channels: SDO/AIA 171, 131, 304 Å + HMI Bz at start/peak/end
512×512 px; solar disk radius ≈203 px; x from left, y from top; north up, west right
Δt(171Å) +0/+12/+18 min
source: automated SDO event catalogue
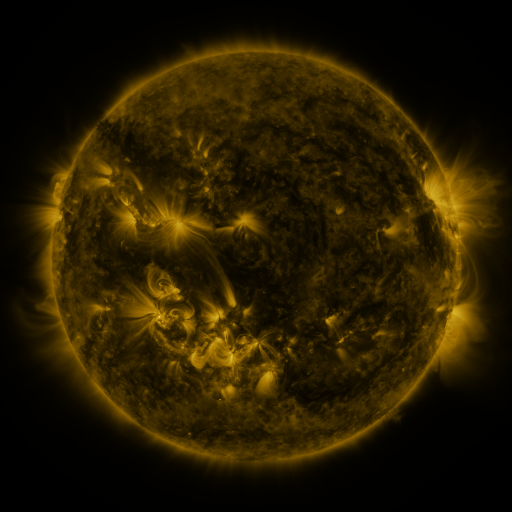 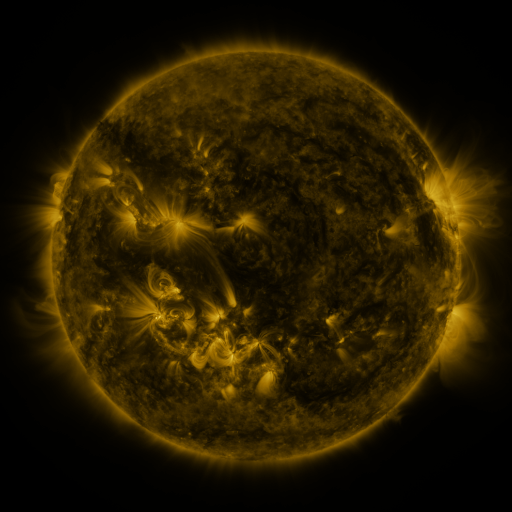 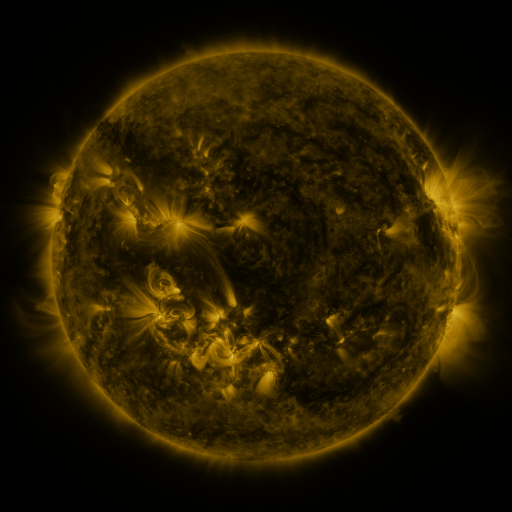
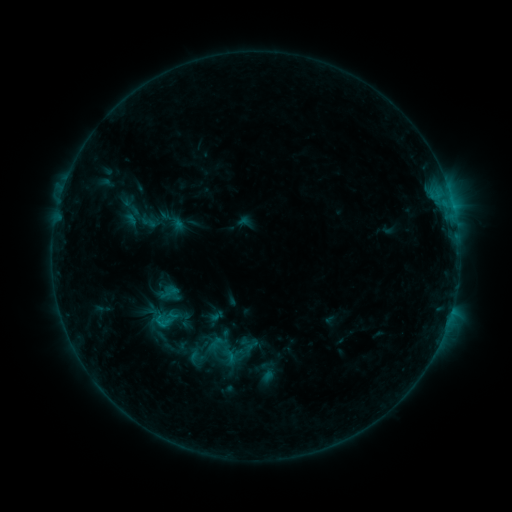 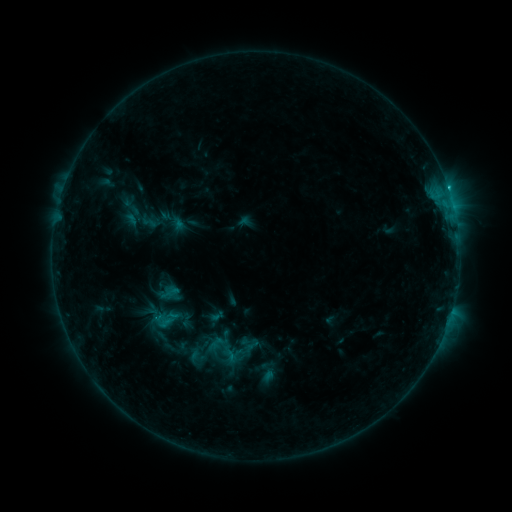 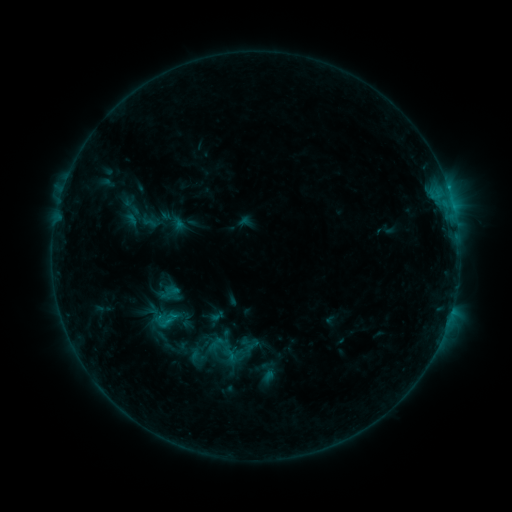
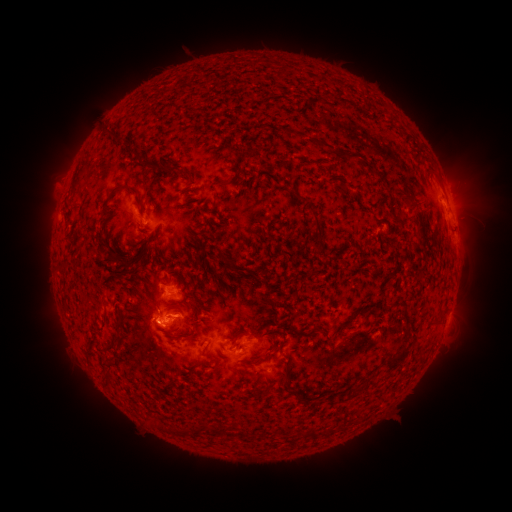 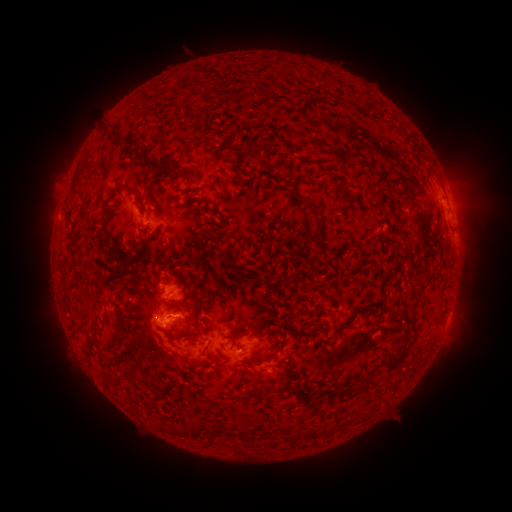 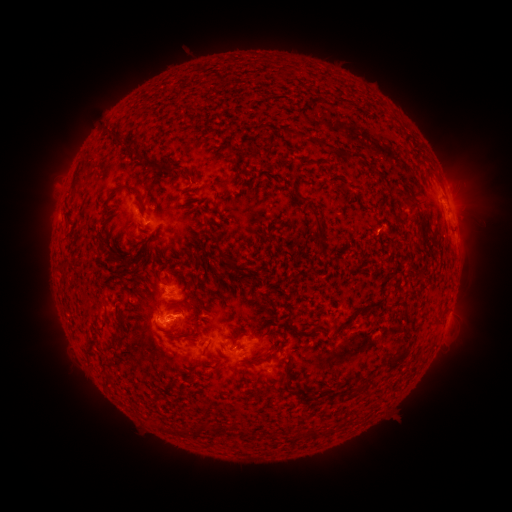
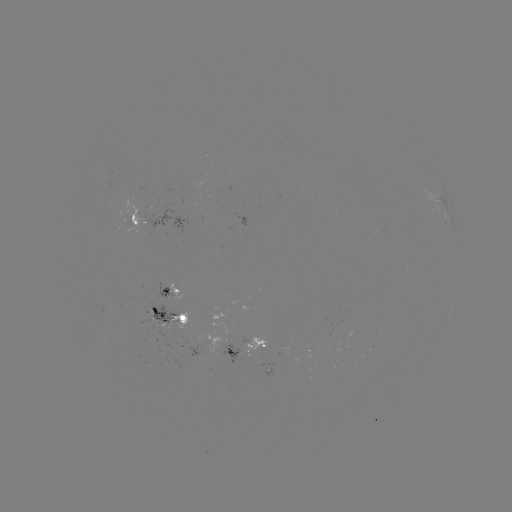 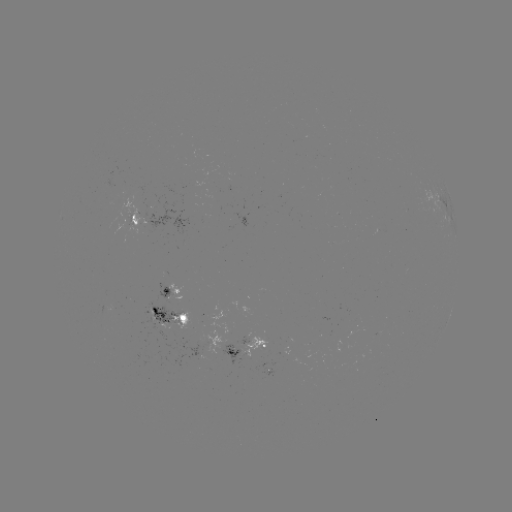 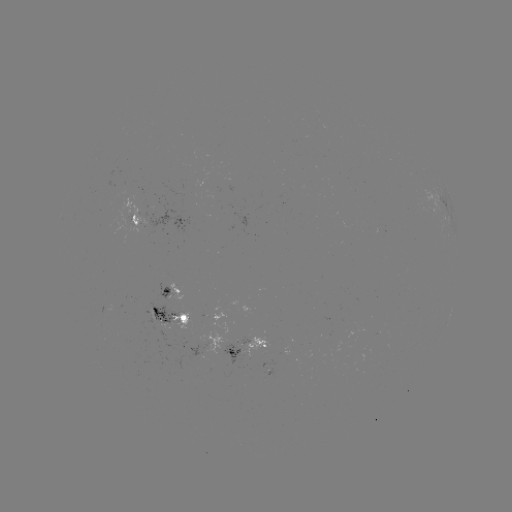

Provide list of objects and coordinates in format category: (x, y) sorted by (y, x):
C1.1 flare: (448, 189)
